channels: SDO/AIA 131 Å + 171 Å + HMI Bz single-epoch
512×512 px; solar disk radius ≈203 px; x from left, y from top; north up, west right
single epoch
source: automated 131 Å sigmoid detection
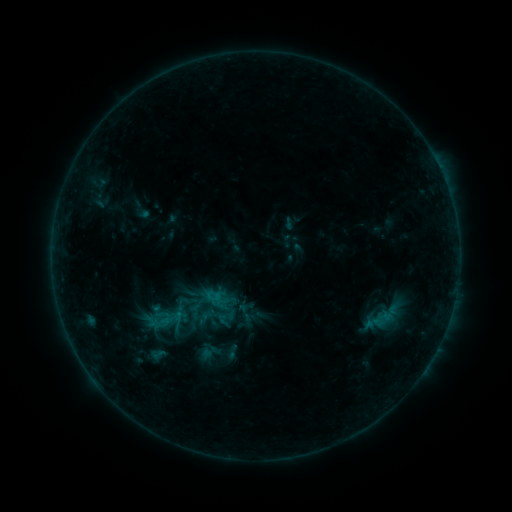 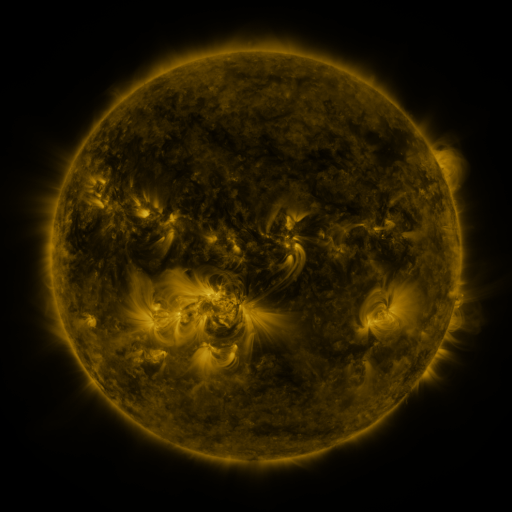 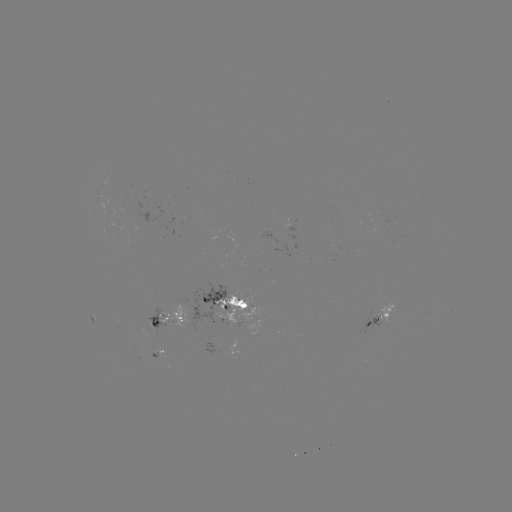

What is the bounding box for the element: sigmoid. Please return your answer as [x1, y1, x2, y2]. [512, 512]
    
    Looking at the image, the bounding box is [144, 345, 170, 364].